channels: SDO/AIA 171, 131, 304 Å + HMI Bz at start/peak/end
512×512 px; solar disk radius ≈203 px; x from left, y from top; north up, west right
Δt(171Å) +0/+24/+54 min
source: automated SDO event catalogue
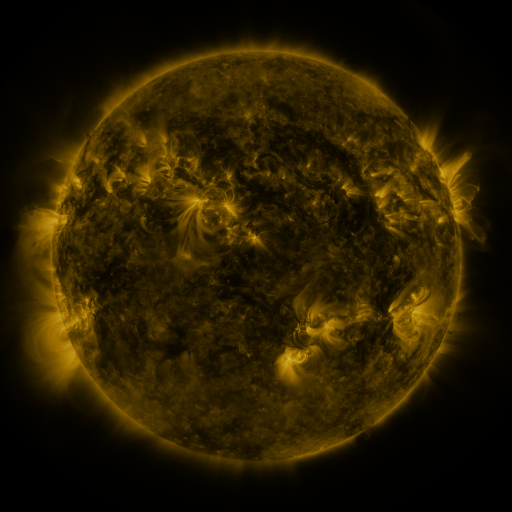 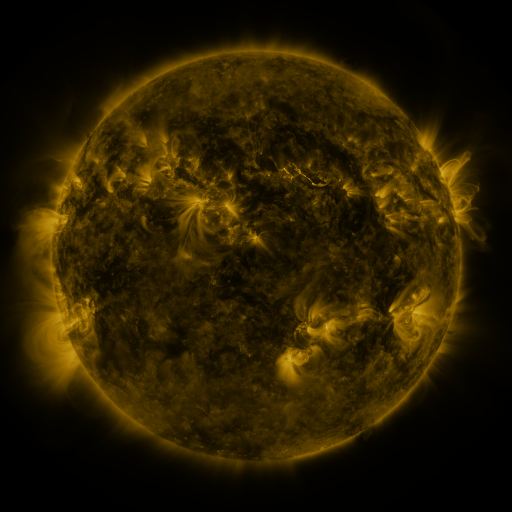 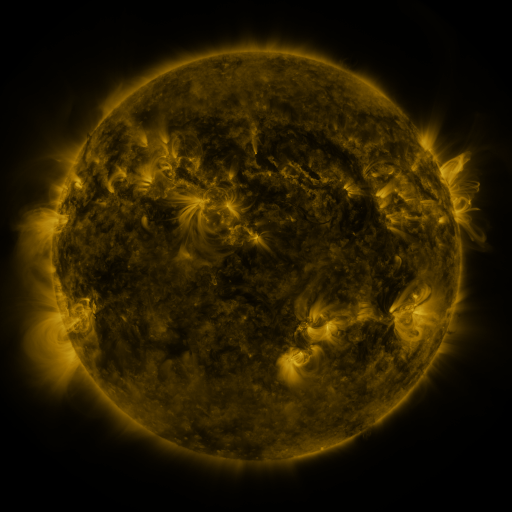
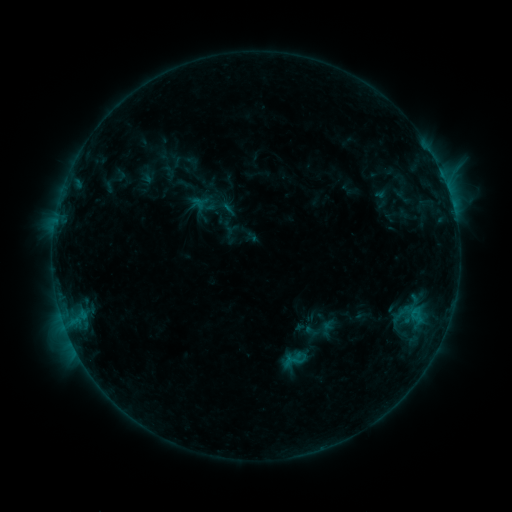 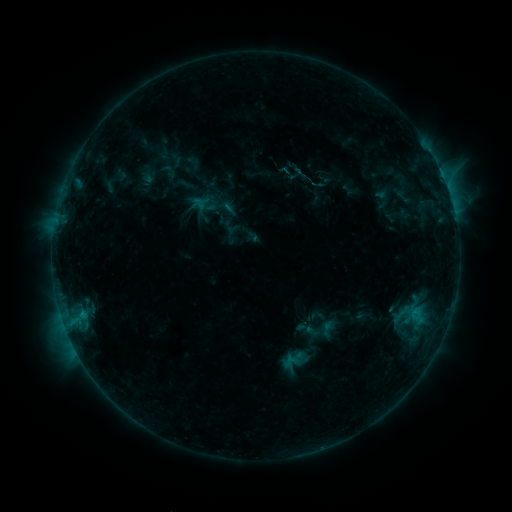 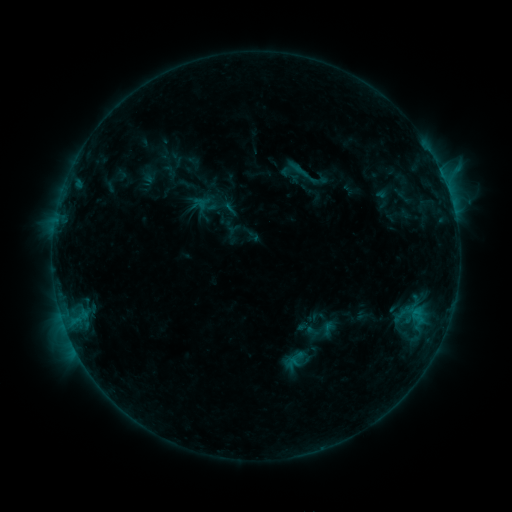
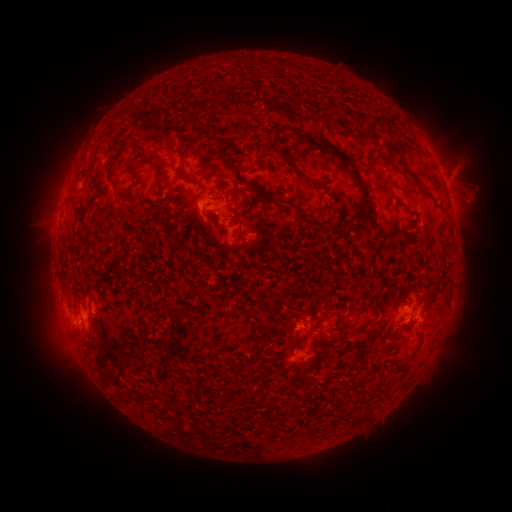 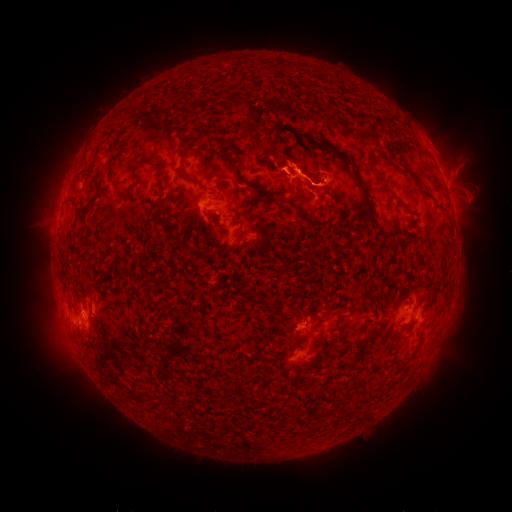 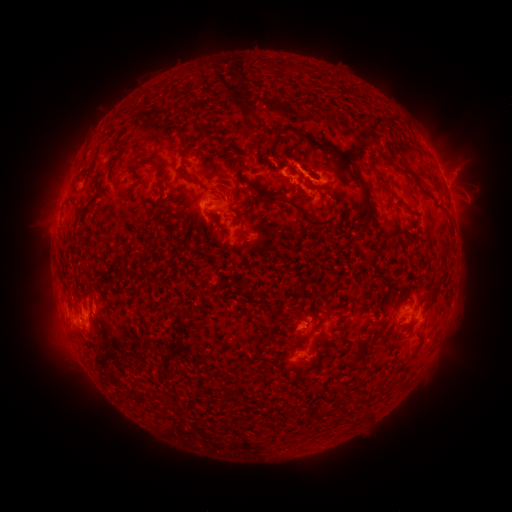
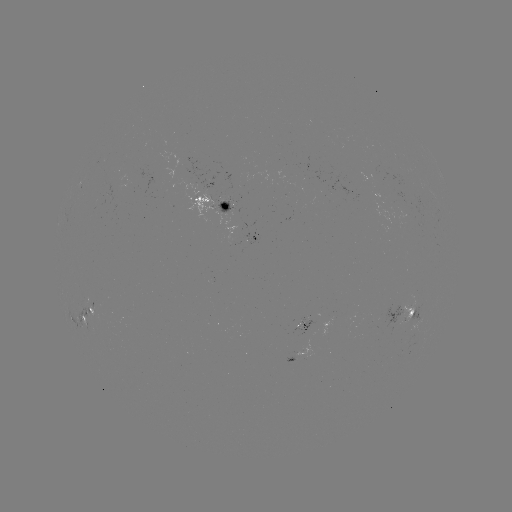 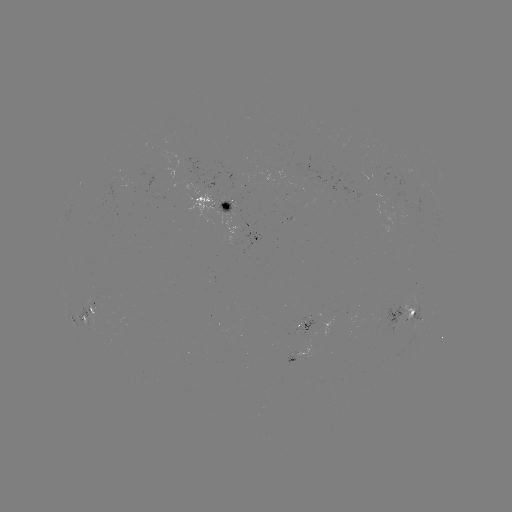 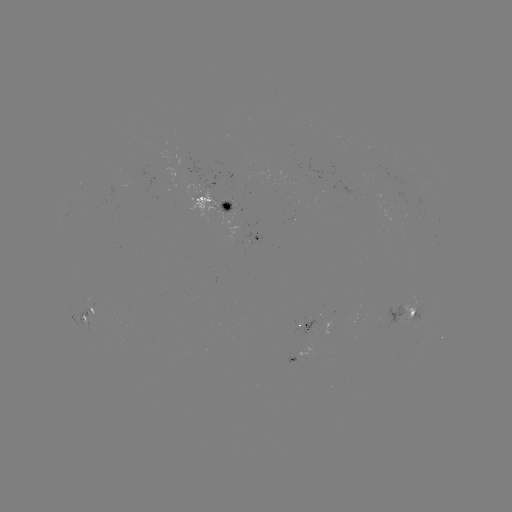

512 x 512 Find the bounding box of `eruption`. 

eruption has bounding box [209, 47, 337, 202].